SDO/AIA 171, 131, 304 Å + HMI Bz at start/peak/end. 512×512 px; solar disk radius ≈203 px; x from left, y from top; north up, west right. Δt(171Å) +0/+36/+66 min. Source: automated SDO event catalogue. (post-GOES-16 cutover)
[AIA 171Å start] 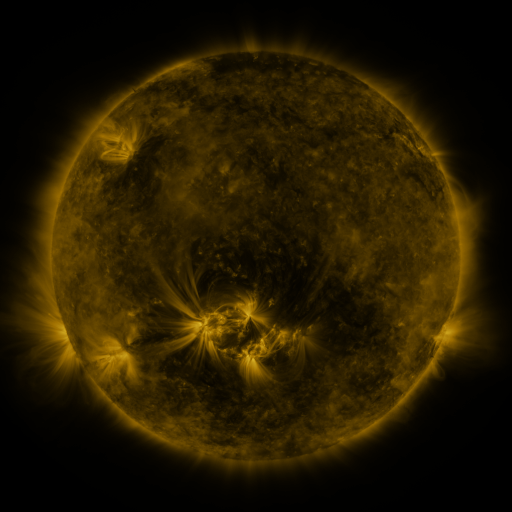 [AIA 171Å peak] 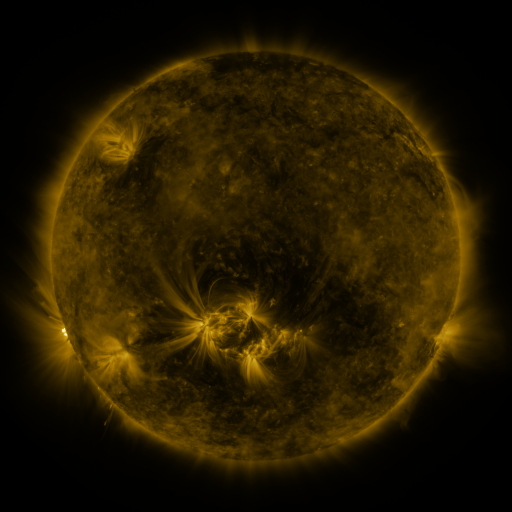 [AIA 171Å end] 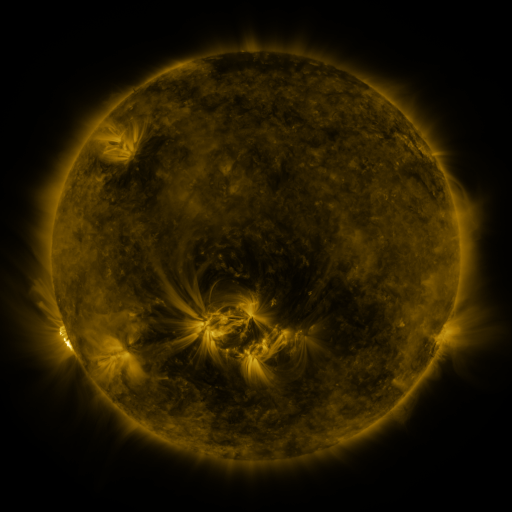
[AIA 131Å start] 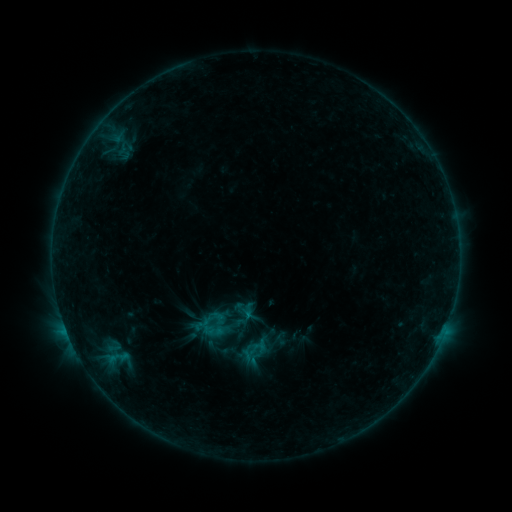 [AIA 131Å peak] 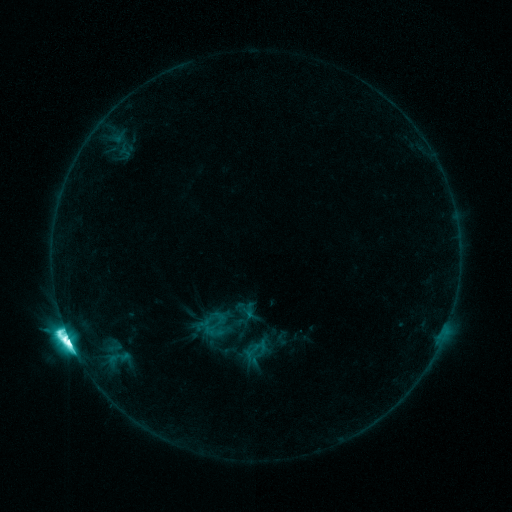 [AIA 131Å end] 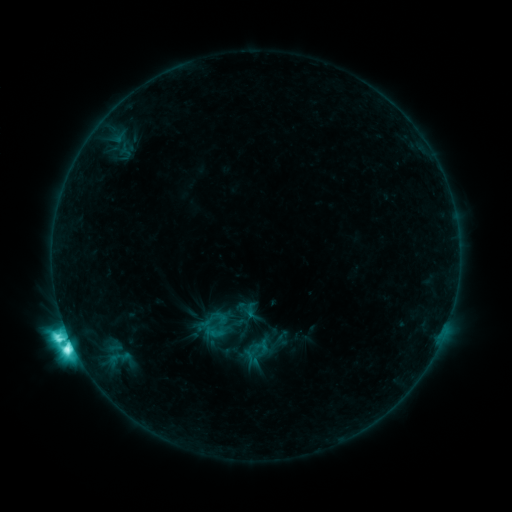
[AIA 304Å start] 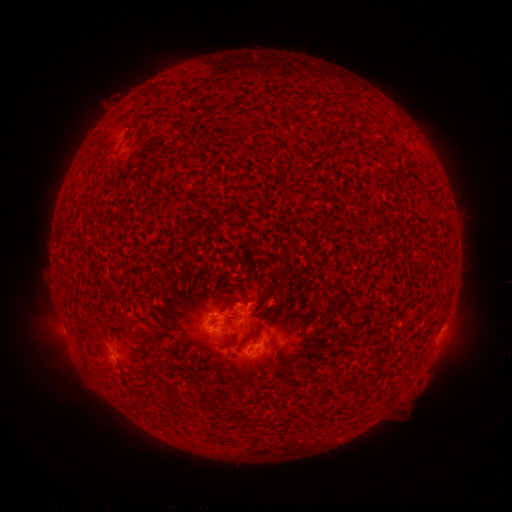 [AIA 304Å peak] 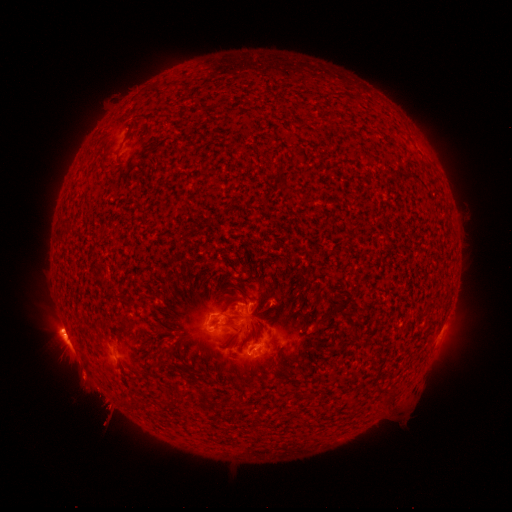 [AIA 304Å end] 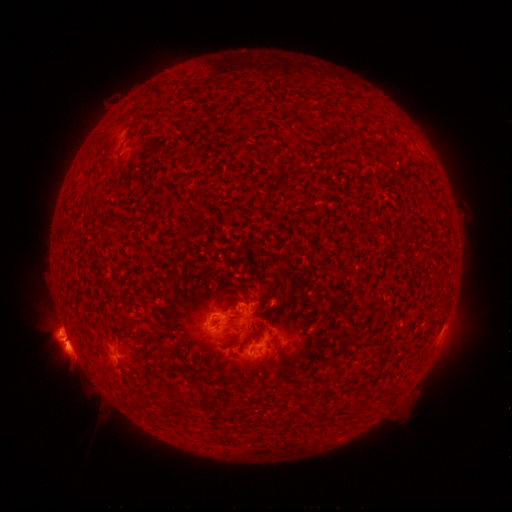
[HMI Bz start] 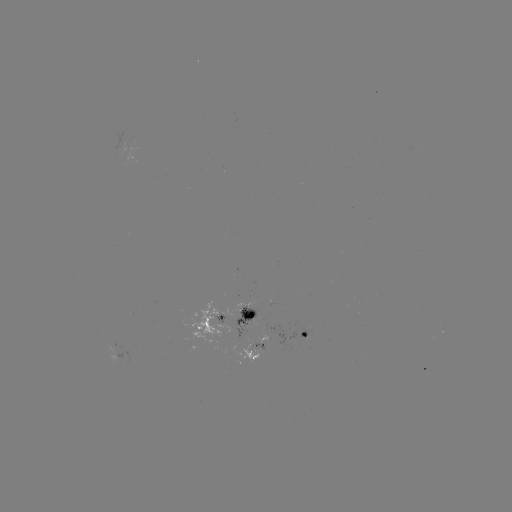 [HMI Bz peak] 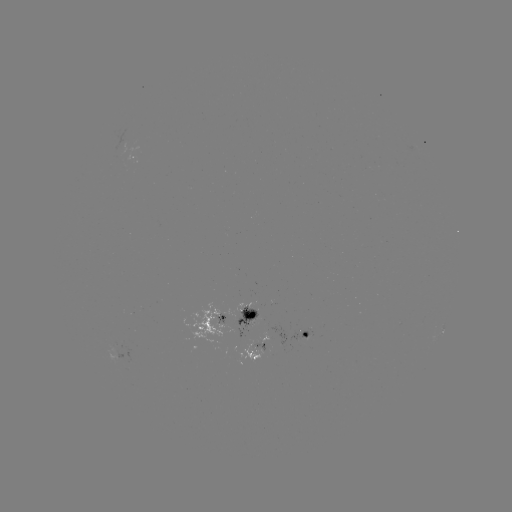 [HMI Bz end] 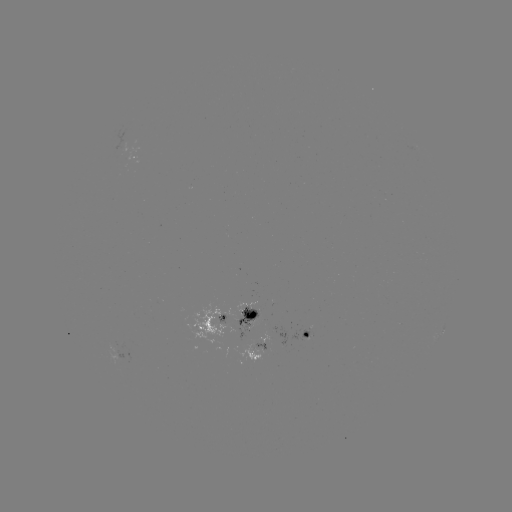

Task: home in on M4.4 flare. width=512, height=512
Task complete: [69, 335].